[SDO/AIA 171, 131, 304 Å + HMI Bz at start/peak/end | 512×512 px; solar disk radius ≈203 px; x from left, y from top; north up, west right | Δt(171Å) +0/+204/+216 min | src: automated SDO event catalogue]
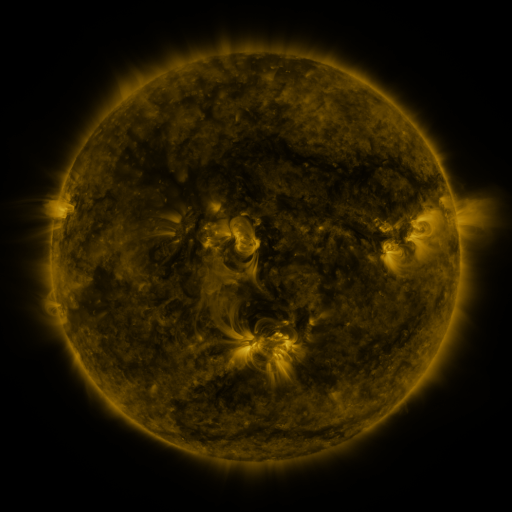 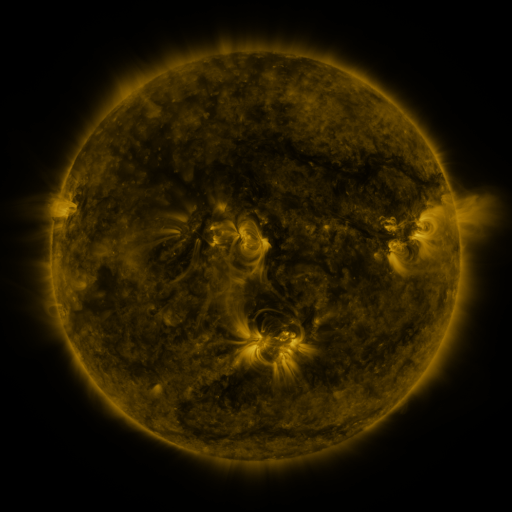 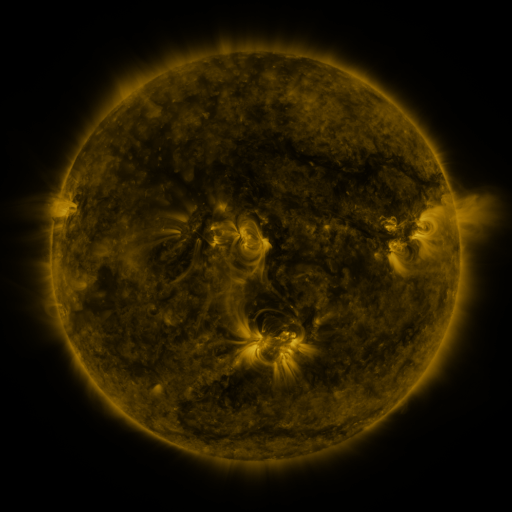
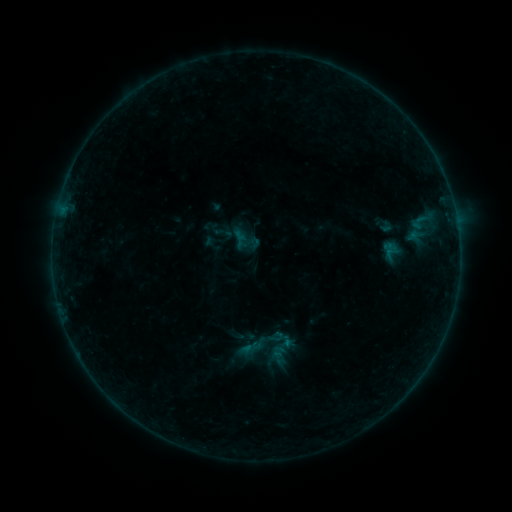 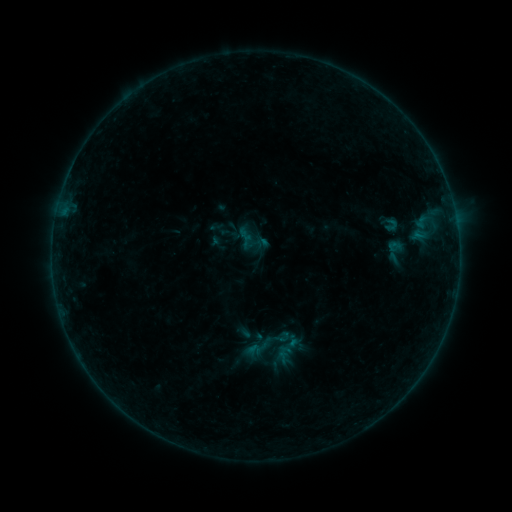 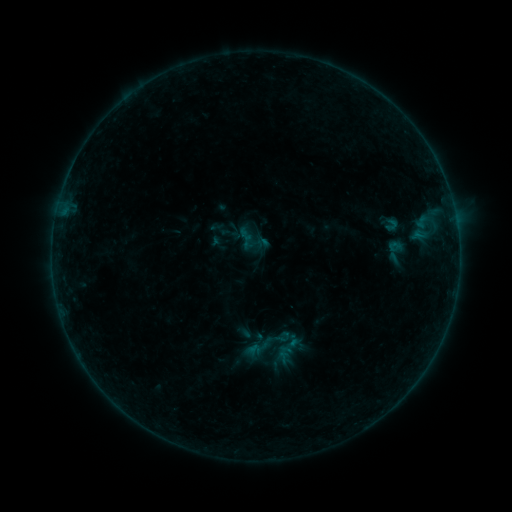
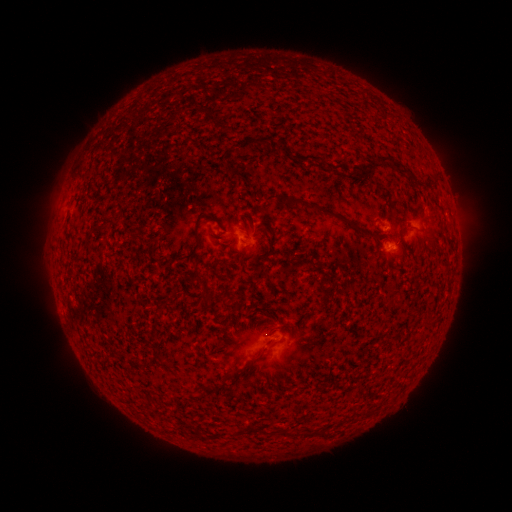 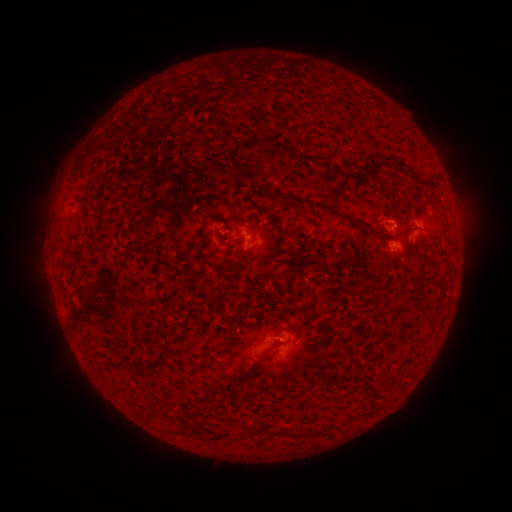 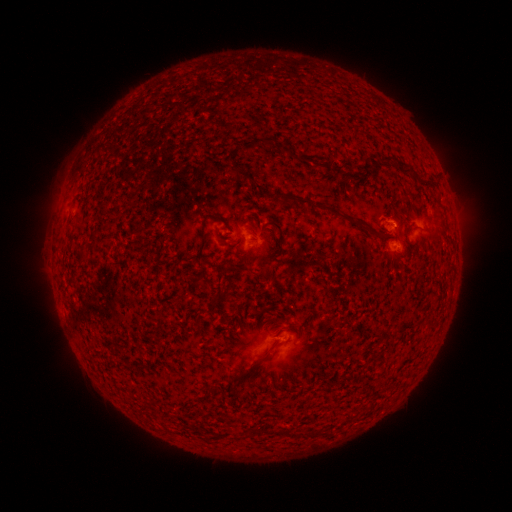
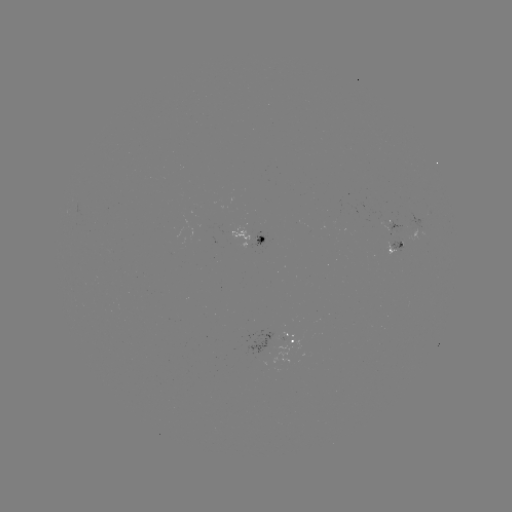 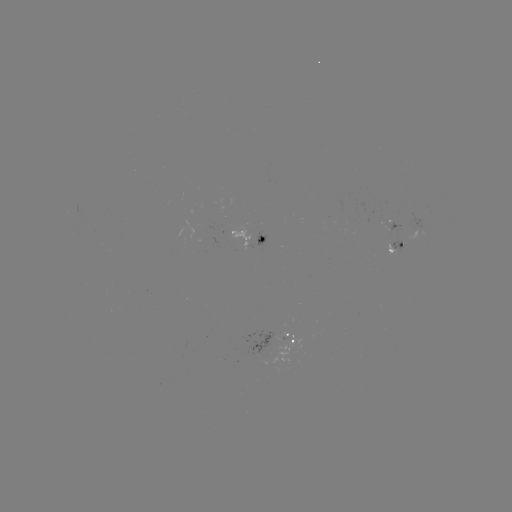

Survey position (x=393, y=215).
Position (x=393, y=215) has emerging-flux region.